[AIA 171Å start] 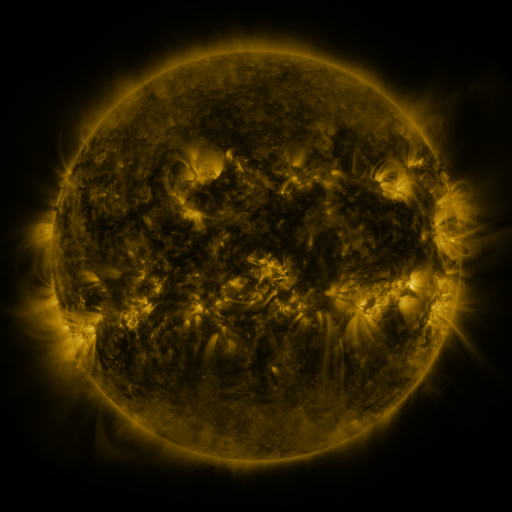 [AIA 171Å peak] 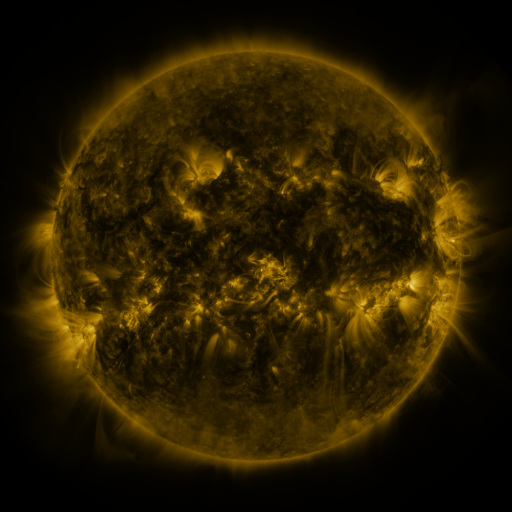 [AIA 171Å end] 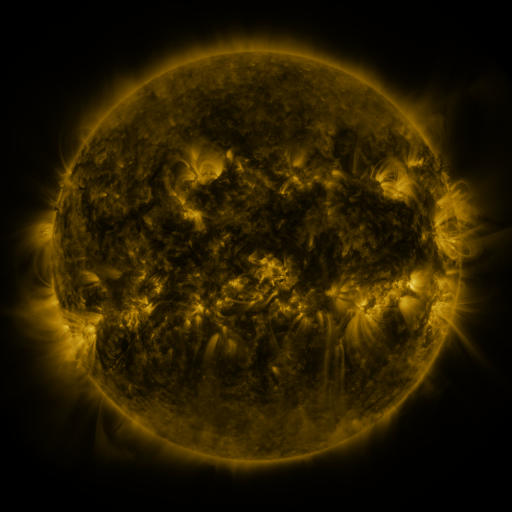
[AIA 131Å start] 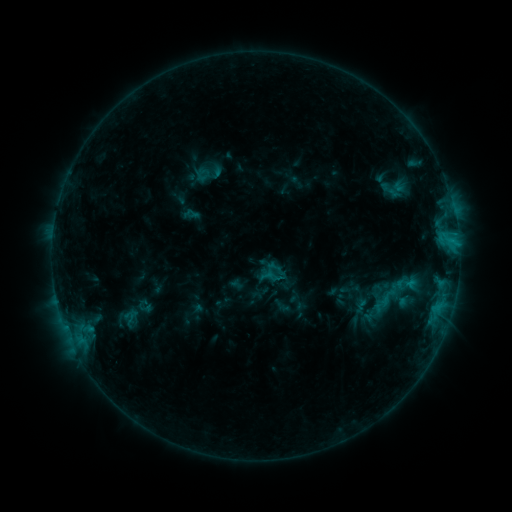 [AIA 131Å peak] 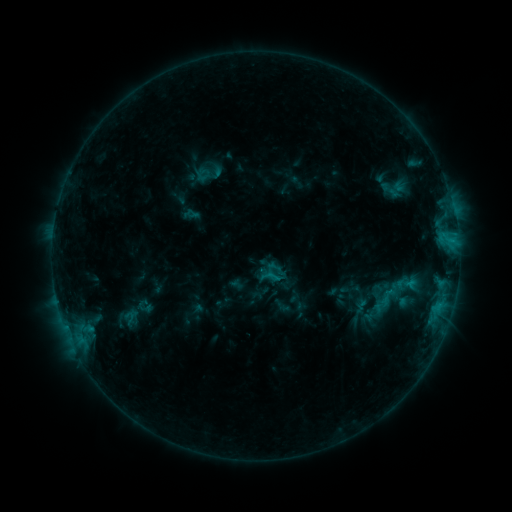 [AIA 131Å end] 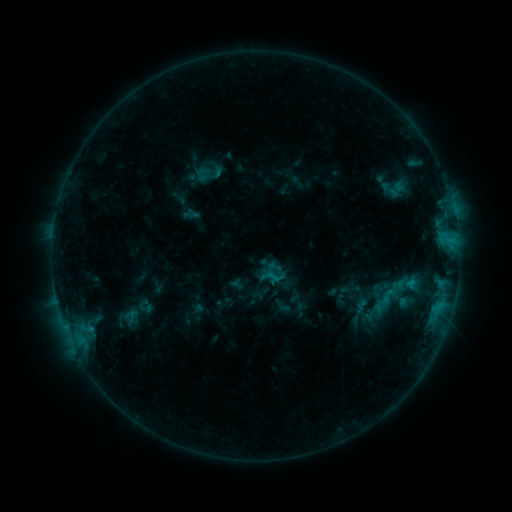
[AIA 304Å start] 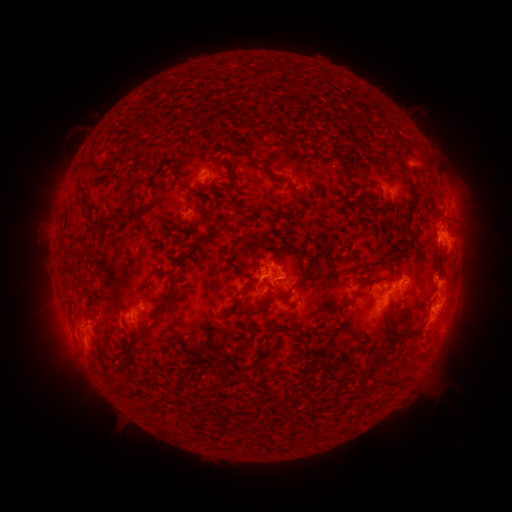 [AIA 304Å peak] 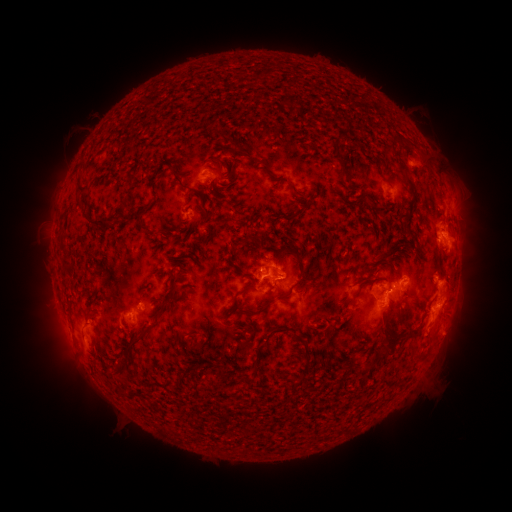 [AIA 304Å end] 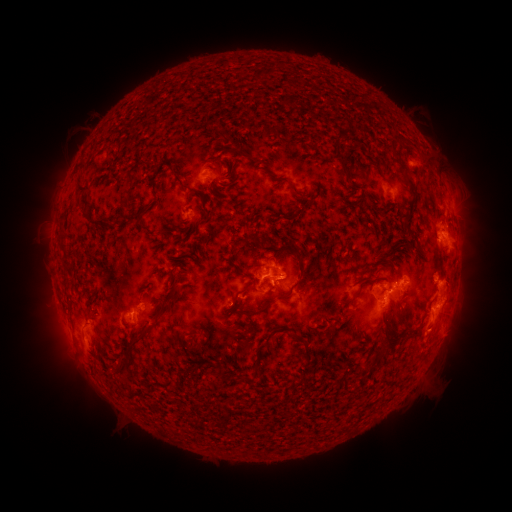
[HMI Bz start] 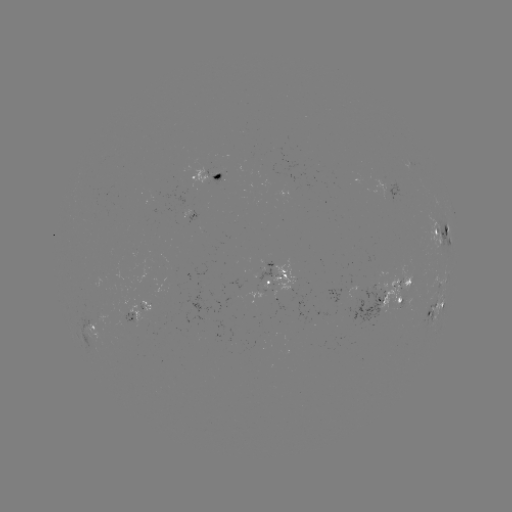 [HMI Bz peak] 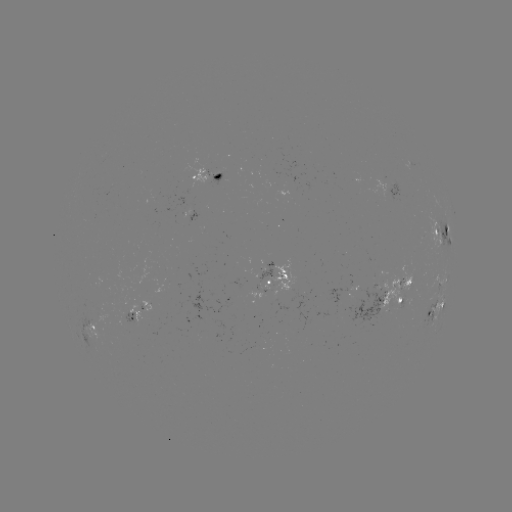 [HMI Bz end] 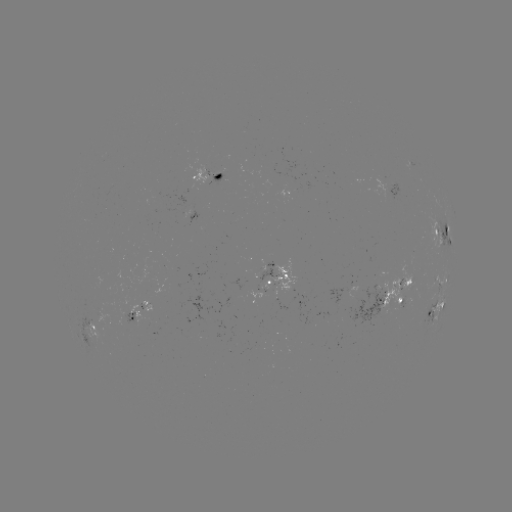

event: eruption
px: (430, 337)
